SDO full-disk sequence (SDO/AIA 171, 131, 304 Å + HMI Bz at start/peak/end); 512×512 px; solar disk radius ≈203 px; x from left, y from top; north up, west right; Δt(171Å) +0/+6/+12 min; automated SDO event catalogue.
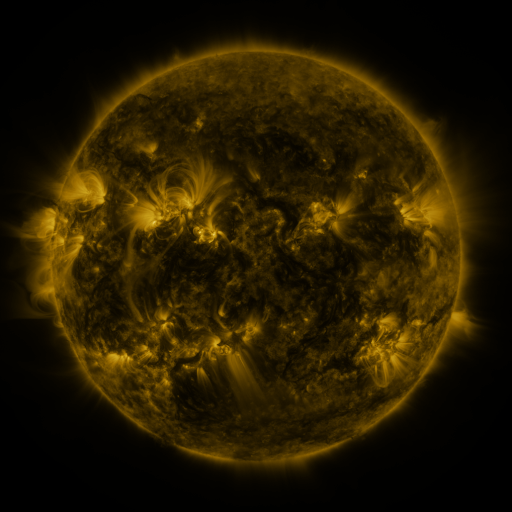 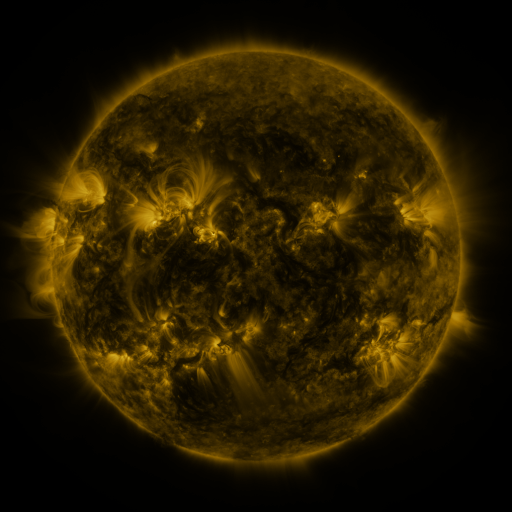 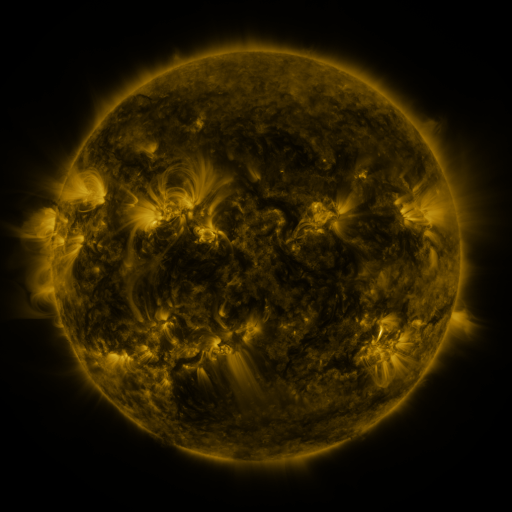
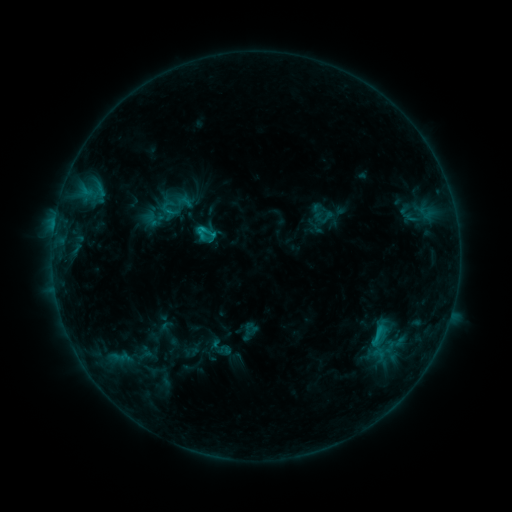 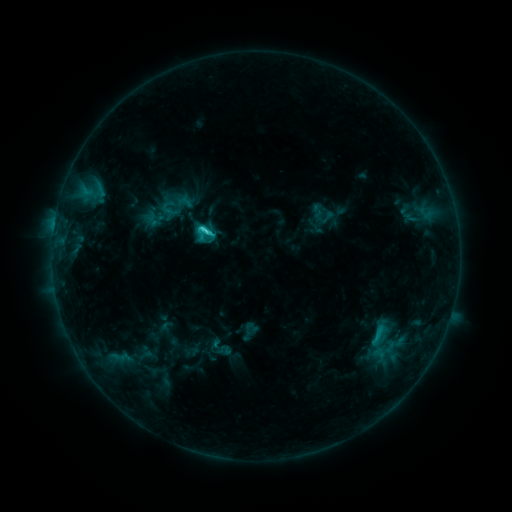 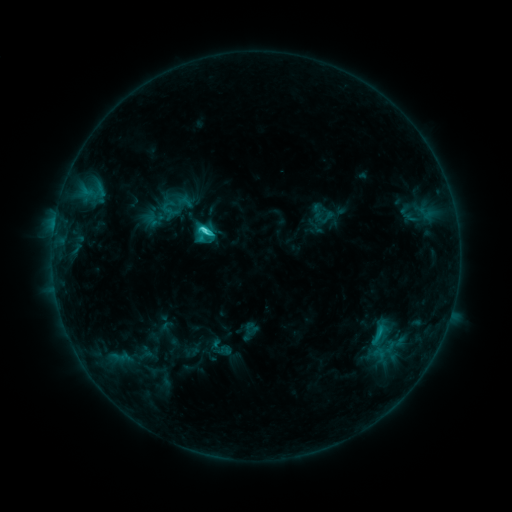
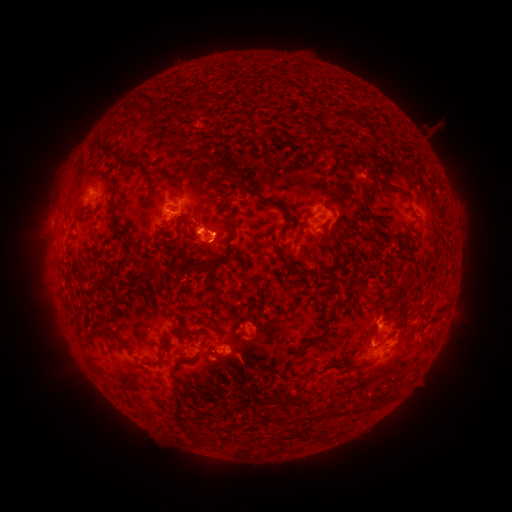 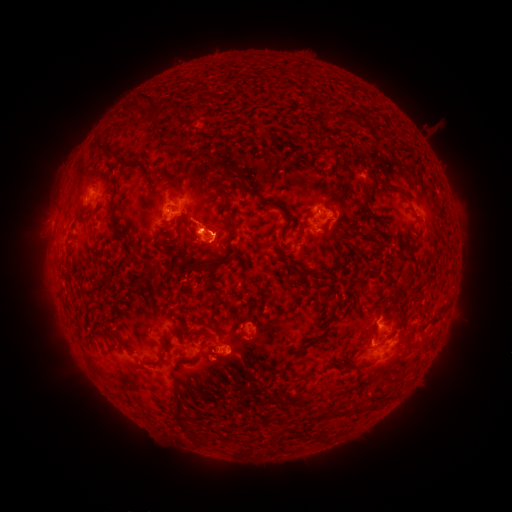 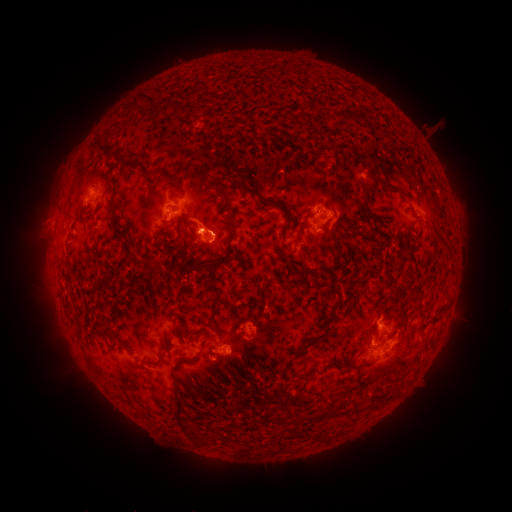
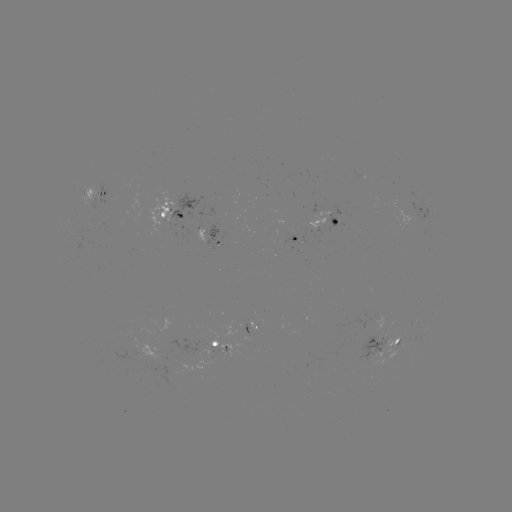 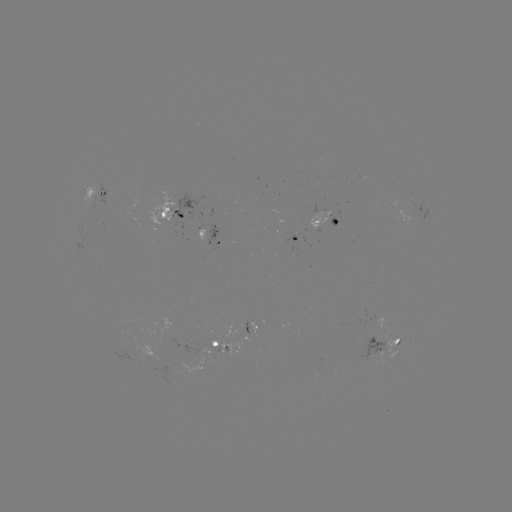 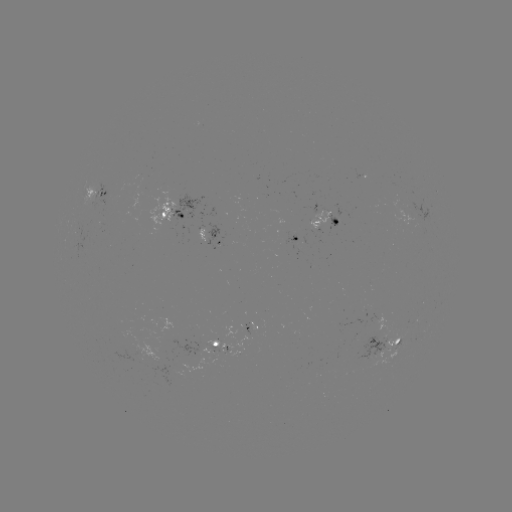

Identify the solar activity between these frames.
C3.2 flare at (203, 229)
